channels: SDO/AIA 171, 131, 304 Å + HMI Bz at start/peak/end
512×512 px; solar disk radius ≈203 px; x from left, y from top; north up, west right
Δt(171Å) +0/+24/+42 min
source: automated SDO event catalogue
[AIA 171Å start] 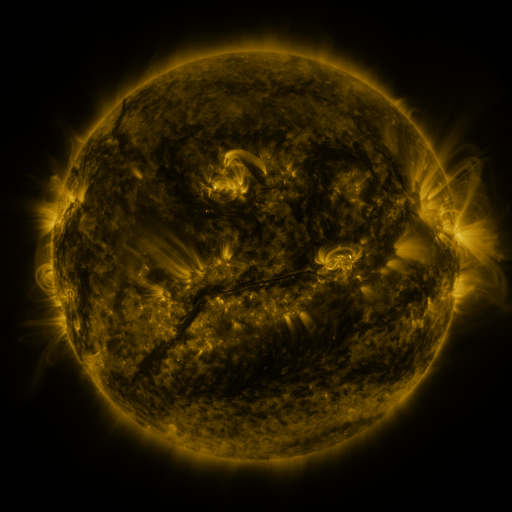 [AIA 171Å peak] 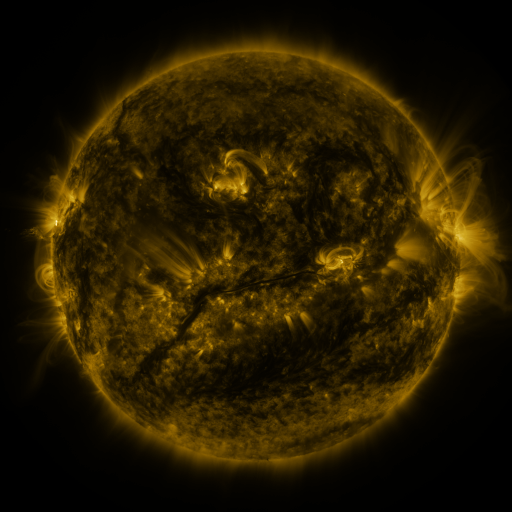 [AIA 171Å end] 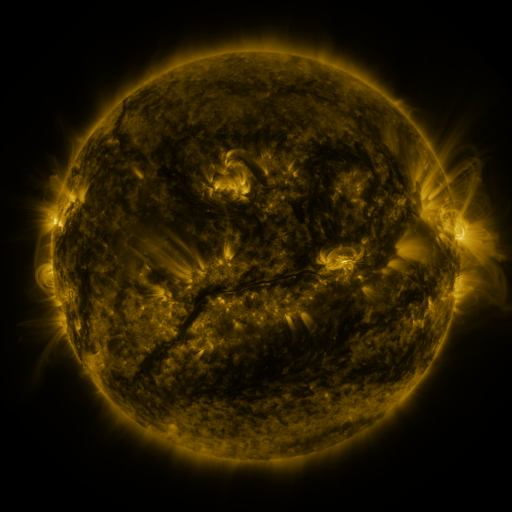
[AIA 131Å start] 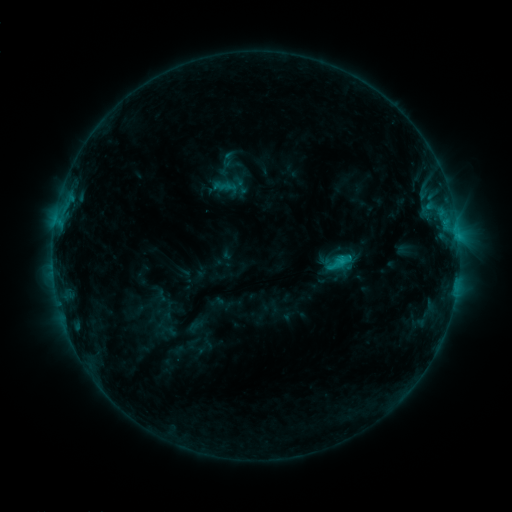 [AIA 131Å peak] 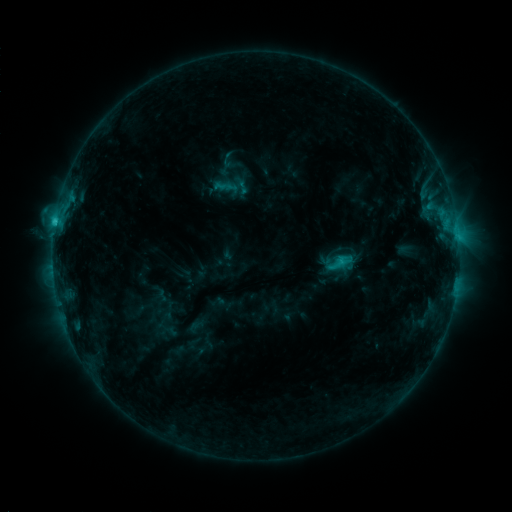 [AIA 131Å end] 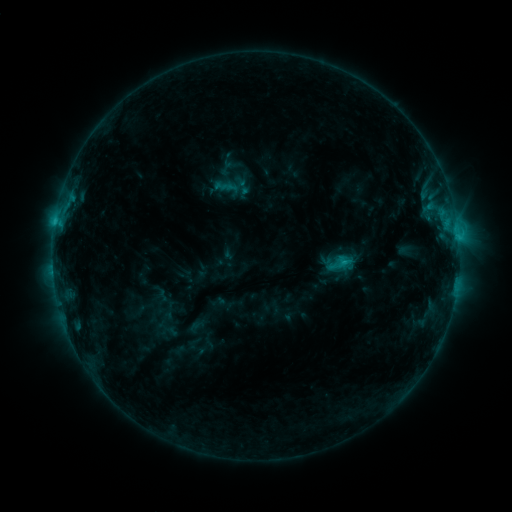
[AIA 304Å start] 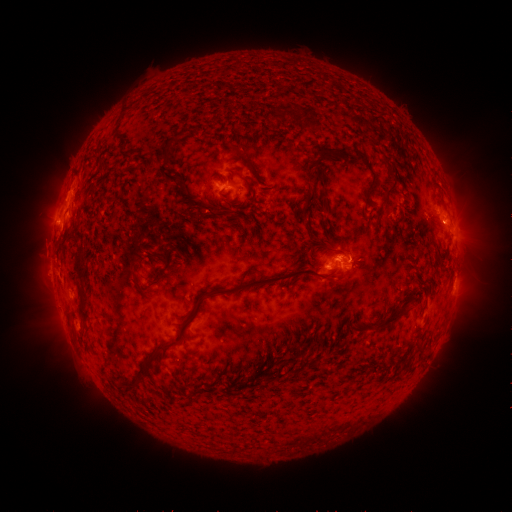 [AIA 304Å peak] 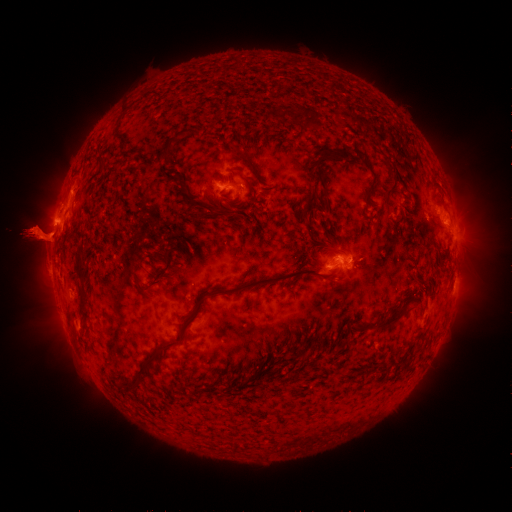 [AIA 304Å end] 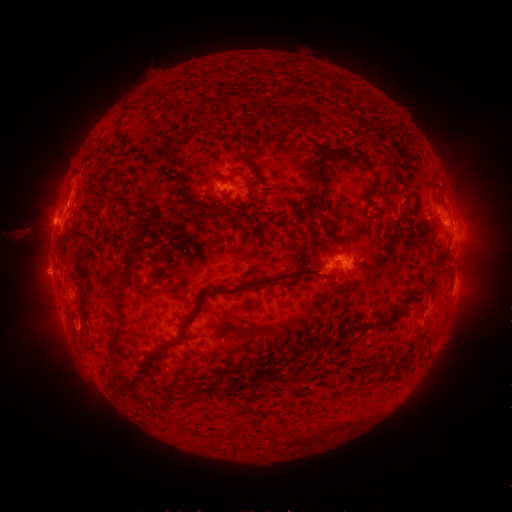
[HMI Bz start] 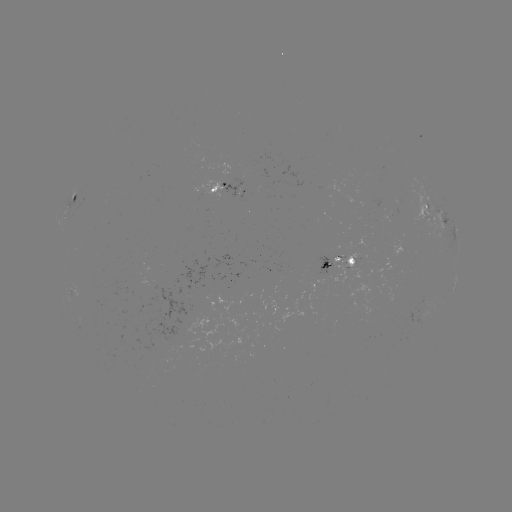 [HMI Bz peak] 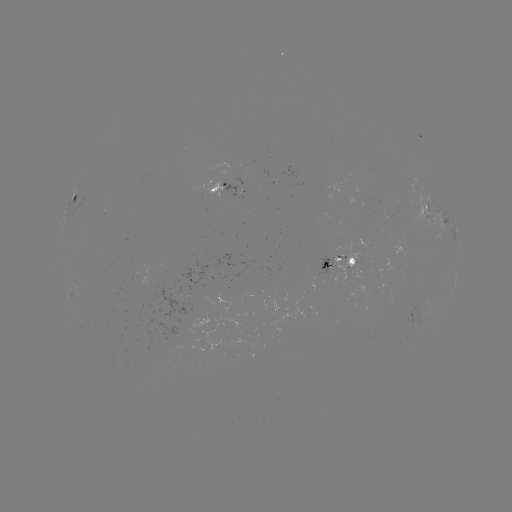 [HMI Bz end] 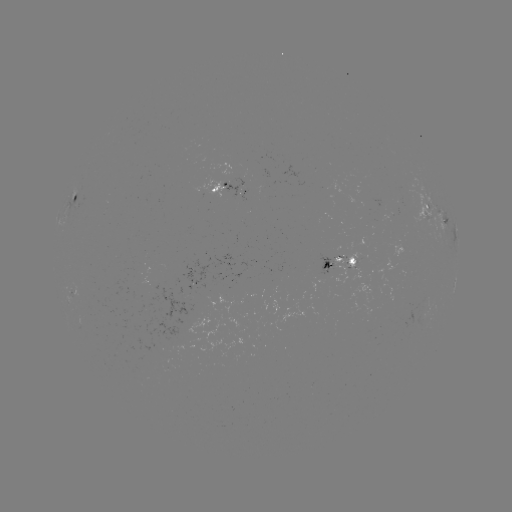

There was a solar eruption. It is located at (37, 235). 